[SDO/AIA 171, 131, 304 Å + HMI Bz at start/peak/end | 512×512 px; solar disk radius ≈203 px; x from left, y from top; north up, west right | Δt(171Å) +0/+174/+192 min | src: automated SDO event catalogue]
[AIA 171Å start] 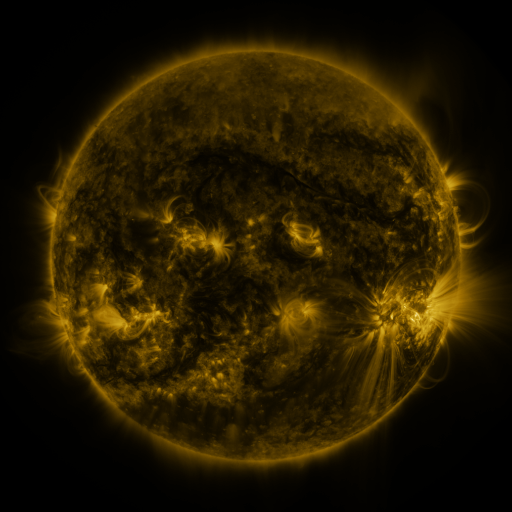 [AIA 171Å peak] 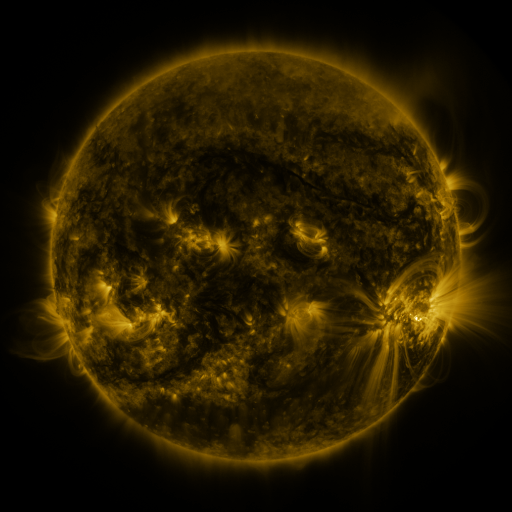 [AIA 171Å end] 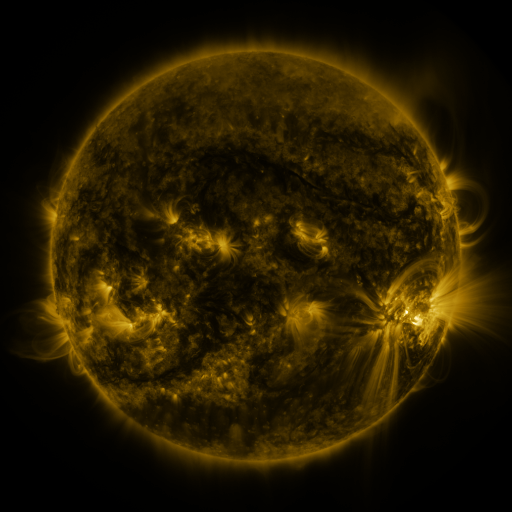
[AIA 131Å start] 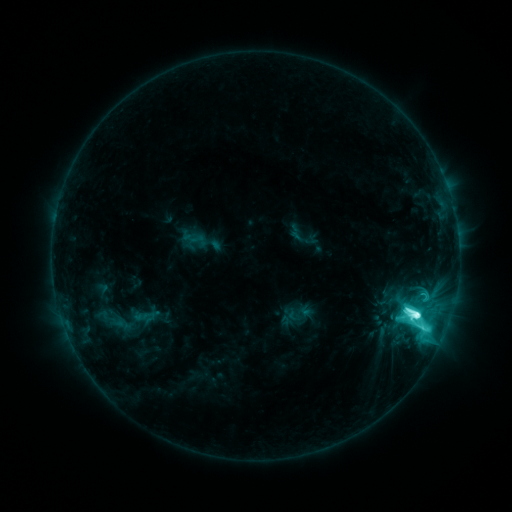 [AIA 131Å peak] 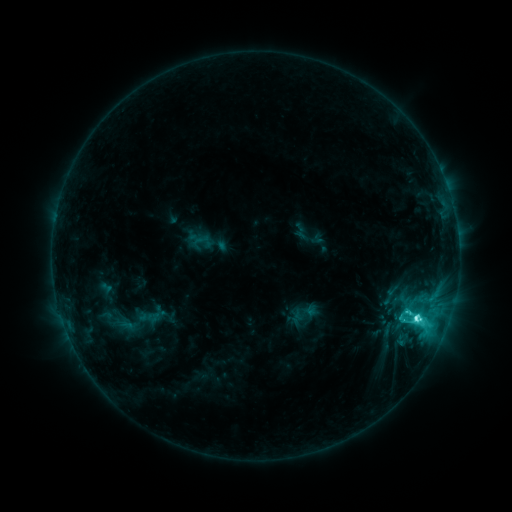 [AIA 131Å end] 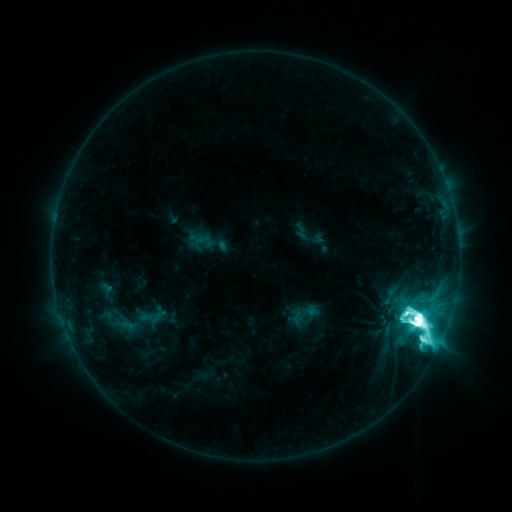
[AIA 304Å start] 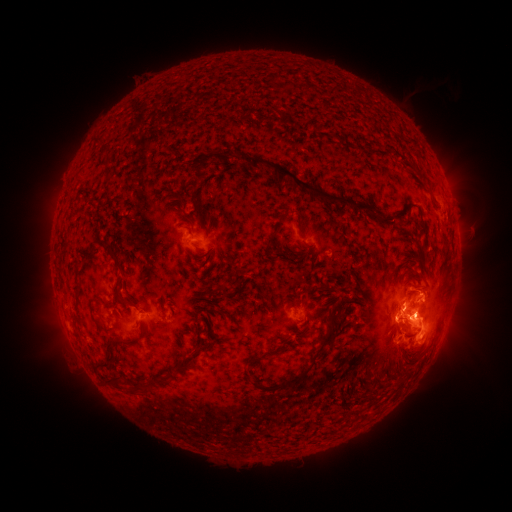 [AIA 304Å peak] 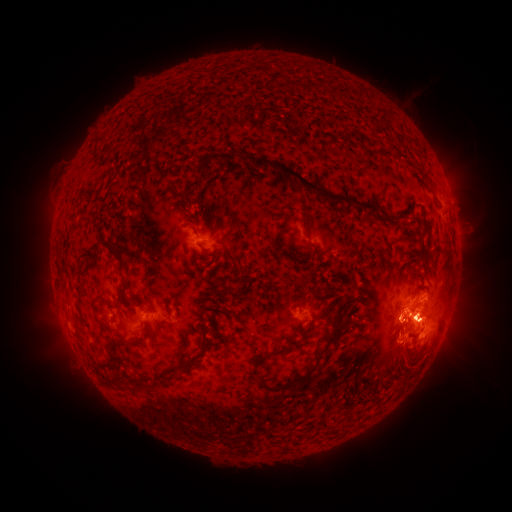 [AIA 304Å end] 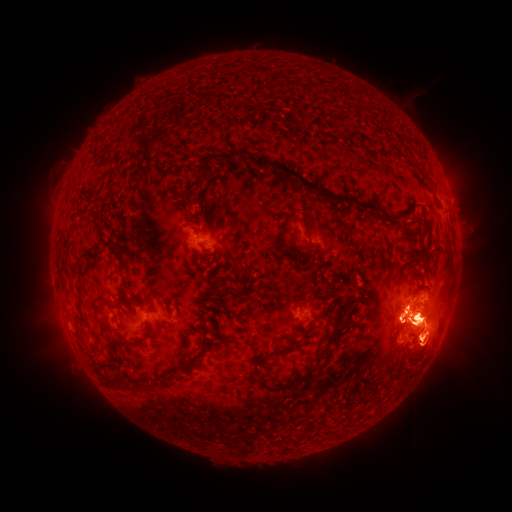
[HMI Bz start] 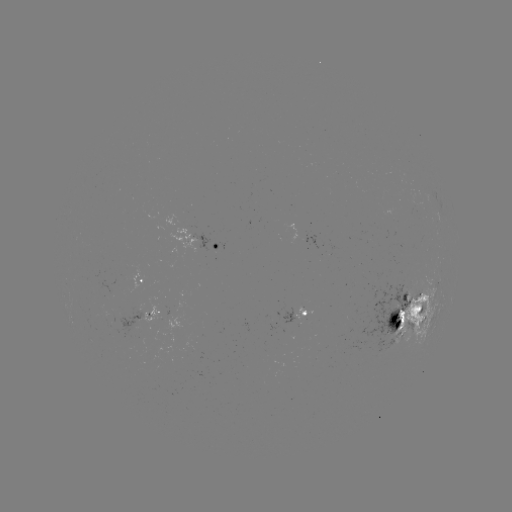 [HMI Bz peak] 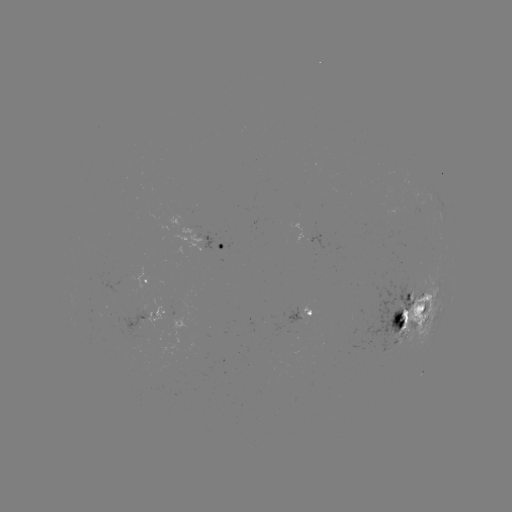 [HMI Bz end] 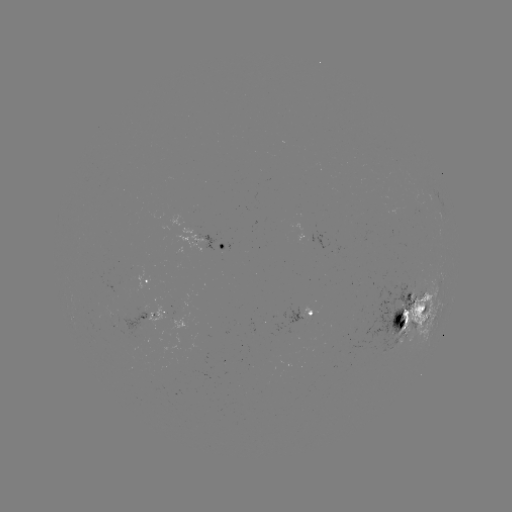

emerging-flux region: (364, 282, 415, 352)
